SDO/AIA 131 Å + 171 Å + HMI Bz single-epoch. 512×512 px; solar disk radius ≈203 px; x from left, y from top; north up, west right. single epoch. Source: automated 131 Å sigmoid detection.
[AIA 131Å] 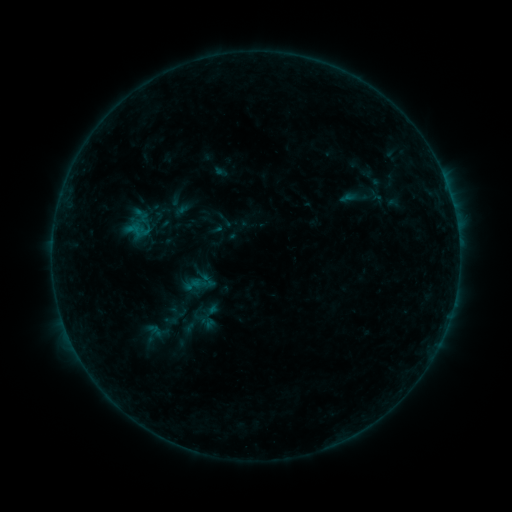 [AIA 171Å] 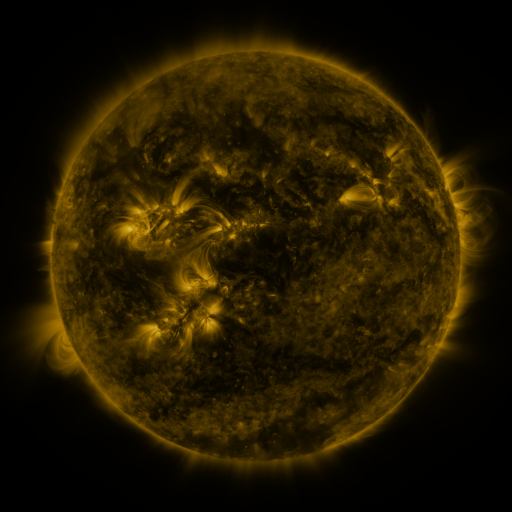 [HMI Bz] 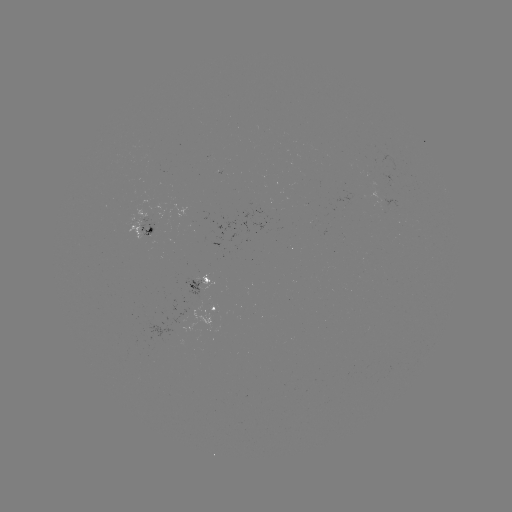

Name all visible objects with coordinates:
sigmoid: (208, 280)
sigmoid: (178, 311)
